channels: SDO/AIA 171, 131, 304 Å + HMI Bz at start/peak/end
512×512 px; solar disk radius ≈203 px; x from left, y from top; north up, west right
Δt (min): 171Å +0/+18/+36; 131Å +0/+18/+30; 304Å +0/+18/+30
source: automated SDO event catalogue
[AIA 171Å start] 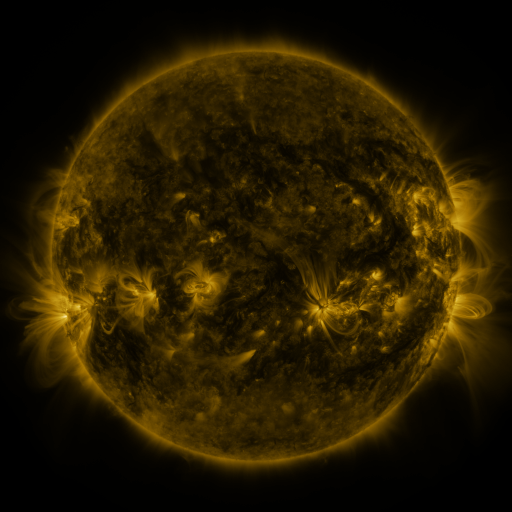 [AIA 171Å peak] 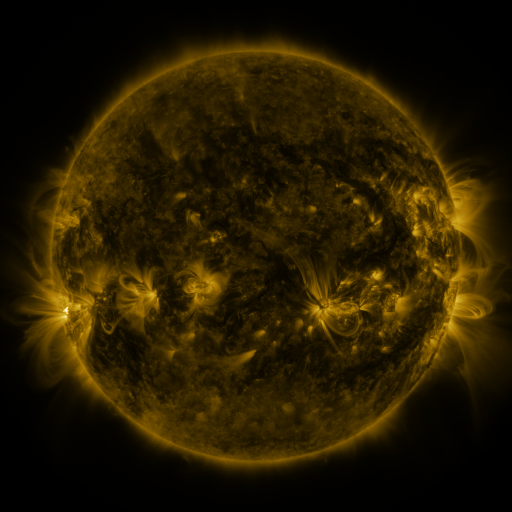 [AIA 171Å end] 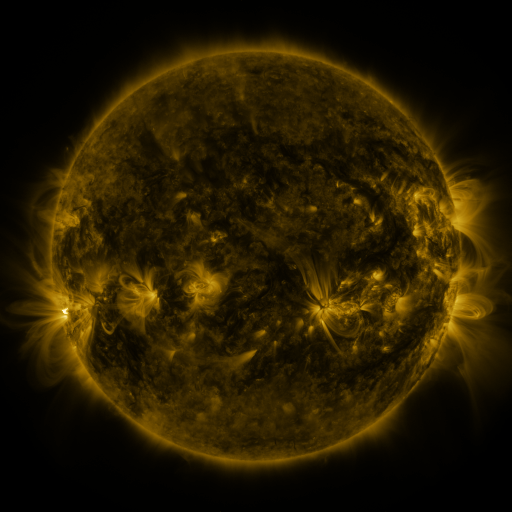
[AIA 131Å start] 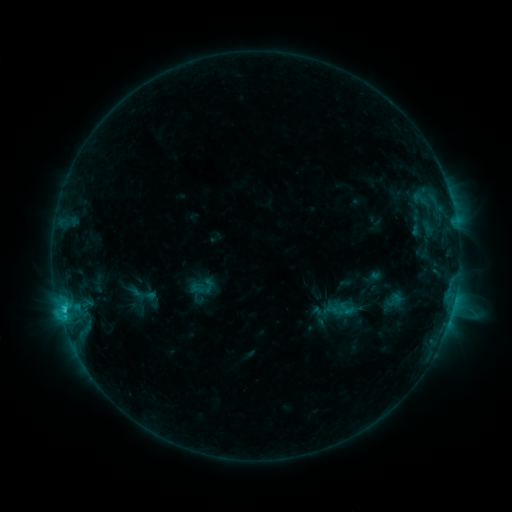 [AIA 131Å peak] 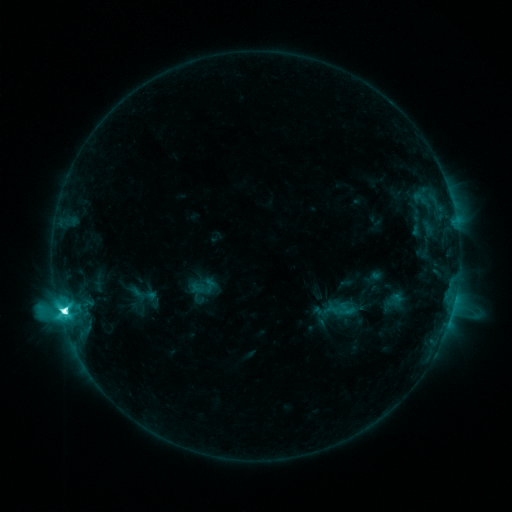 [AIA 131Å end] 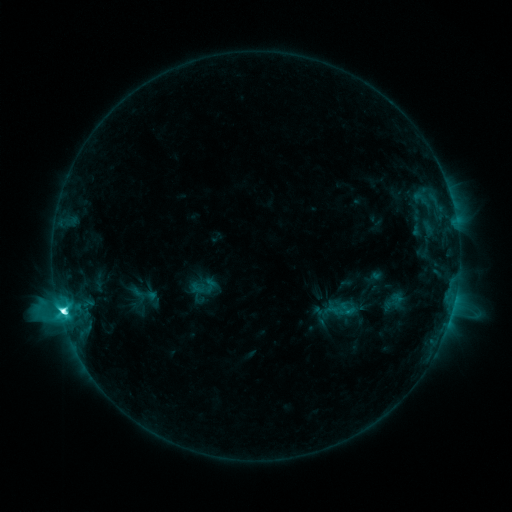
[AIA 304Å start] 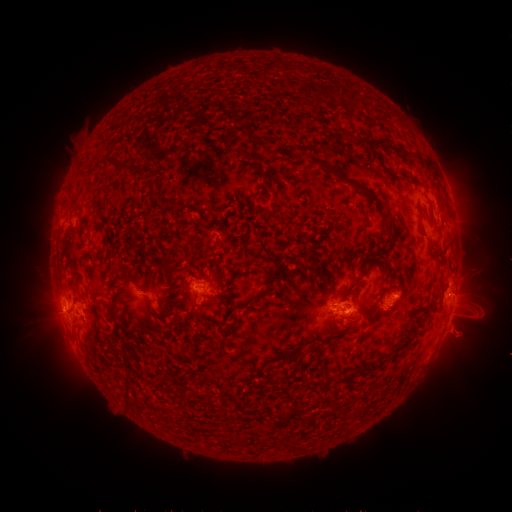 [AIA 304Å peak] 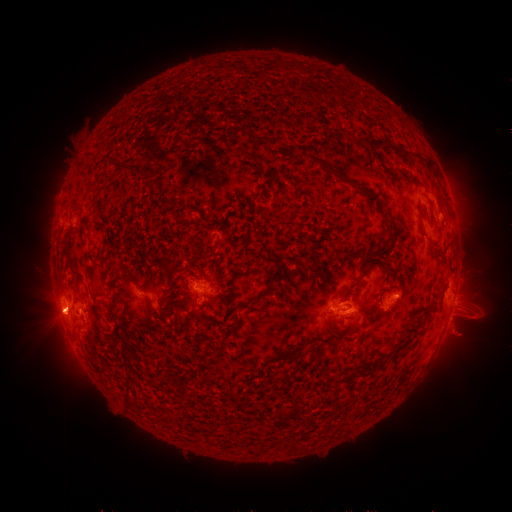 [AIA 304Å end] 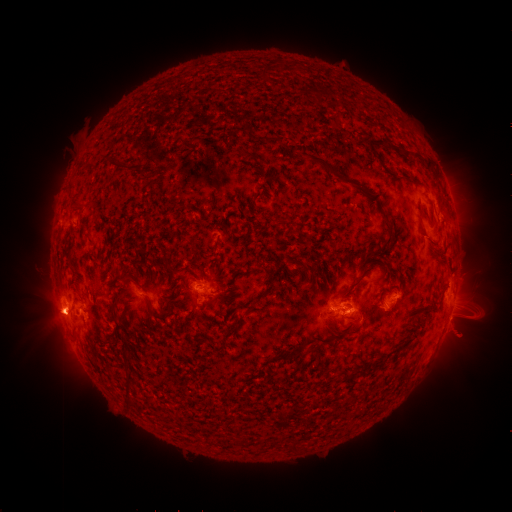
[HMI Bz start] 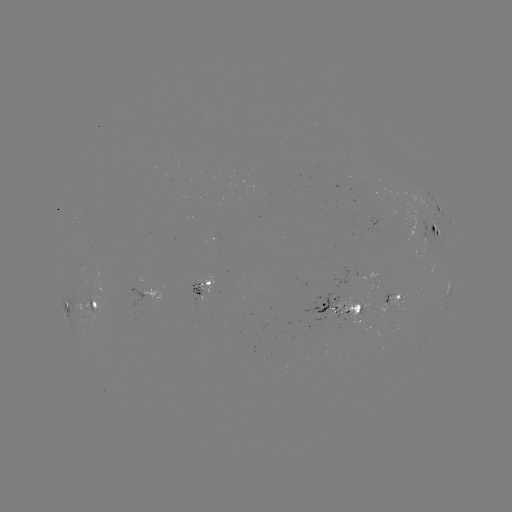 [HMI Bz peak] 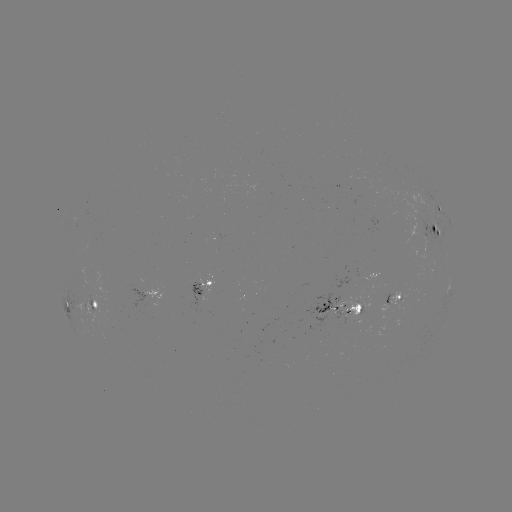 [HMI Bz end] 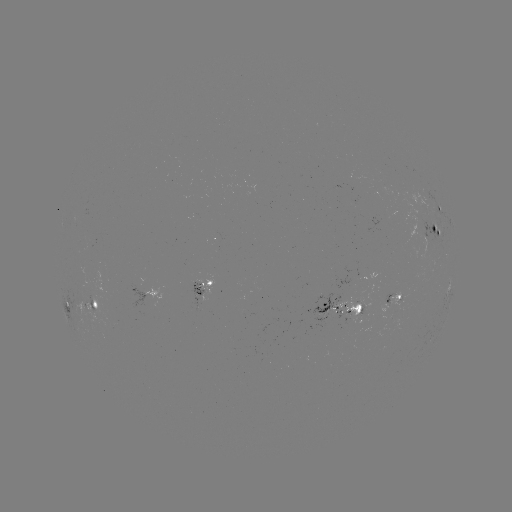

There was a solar flare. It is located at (64, 310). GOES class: M1.6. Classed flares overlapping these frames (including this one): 1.